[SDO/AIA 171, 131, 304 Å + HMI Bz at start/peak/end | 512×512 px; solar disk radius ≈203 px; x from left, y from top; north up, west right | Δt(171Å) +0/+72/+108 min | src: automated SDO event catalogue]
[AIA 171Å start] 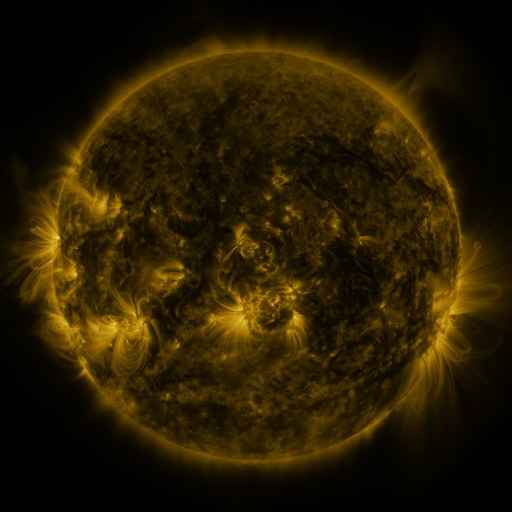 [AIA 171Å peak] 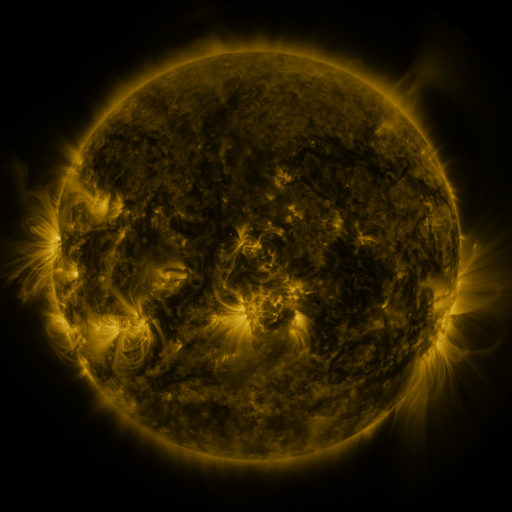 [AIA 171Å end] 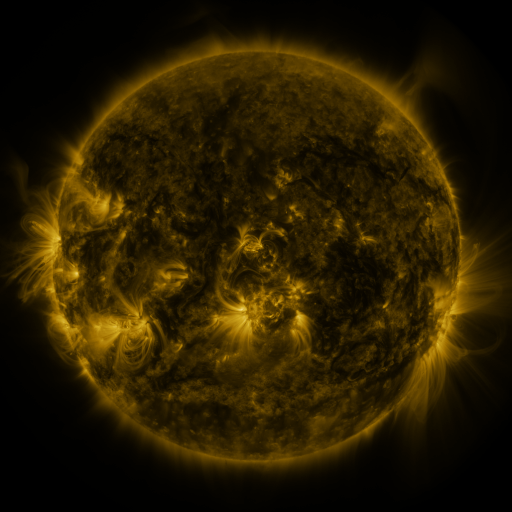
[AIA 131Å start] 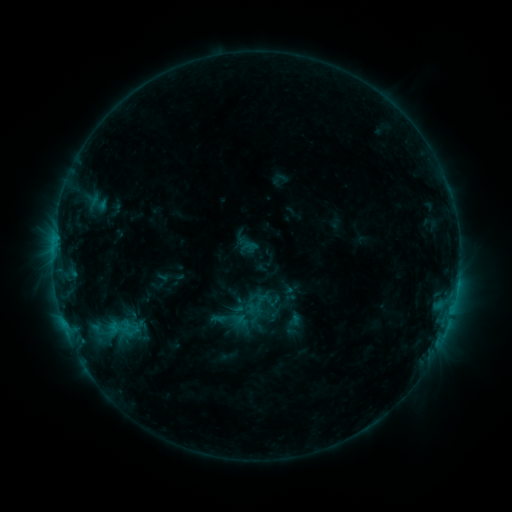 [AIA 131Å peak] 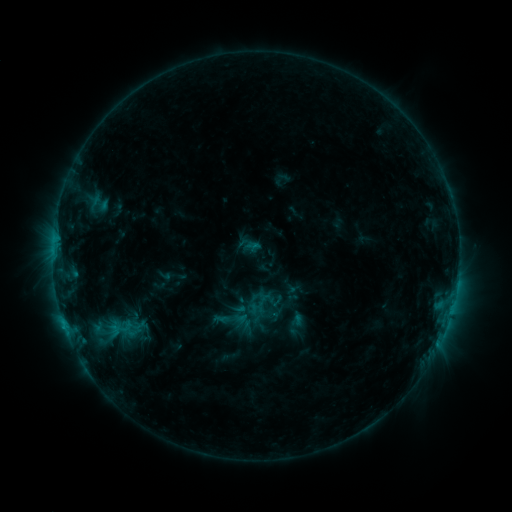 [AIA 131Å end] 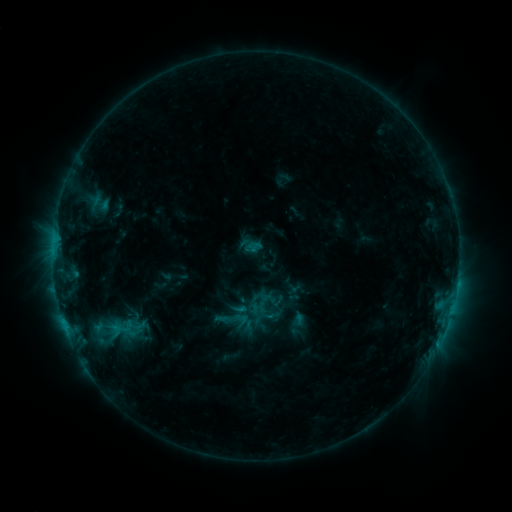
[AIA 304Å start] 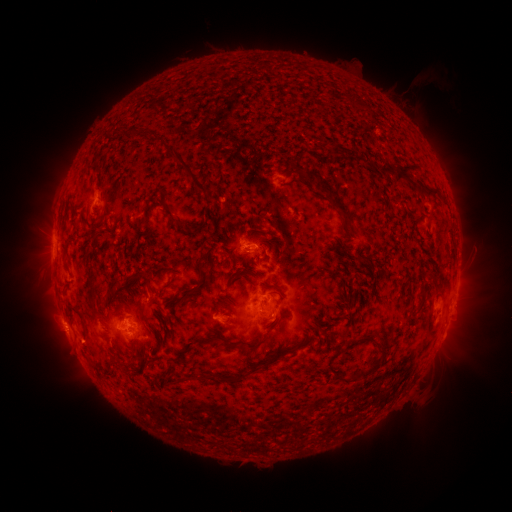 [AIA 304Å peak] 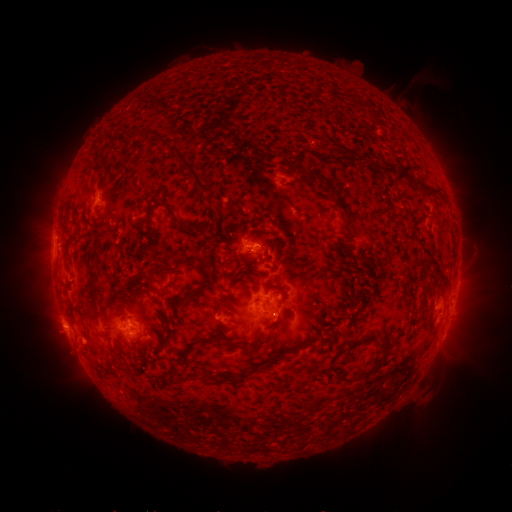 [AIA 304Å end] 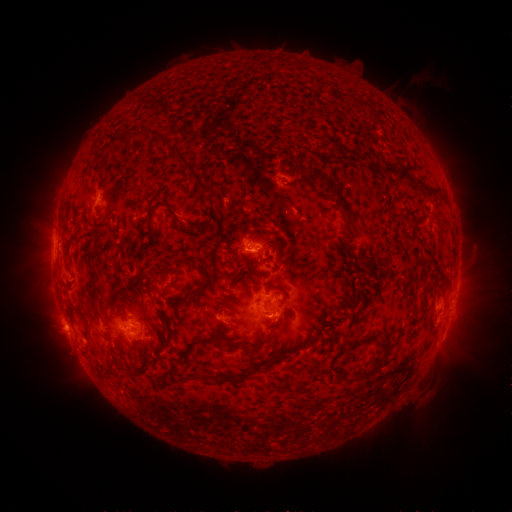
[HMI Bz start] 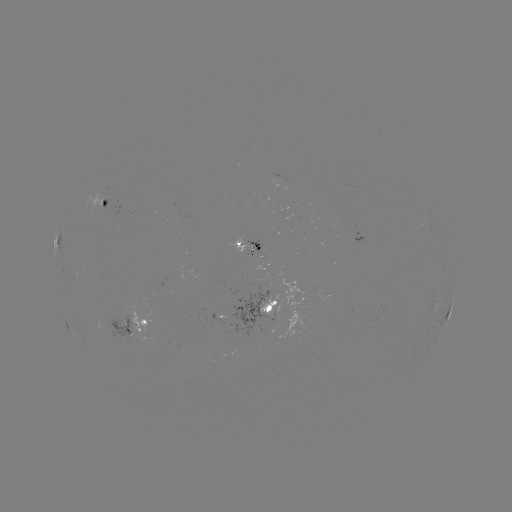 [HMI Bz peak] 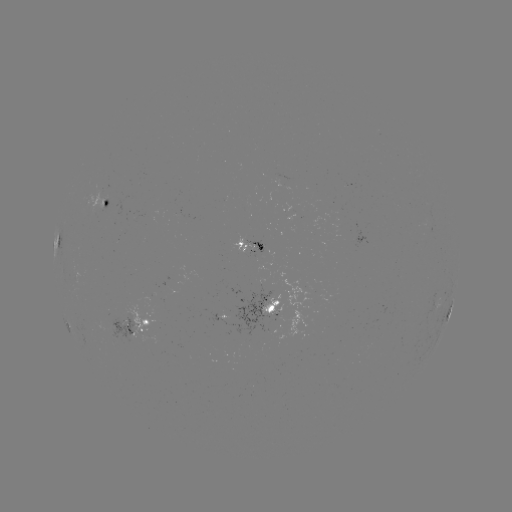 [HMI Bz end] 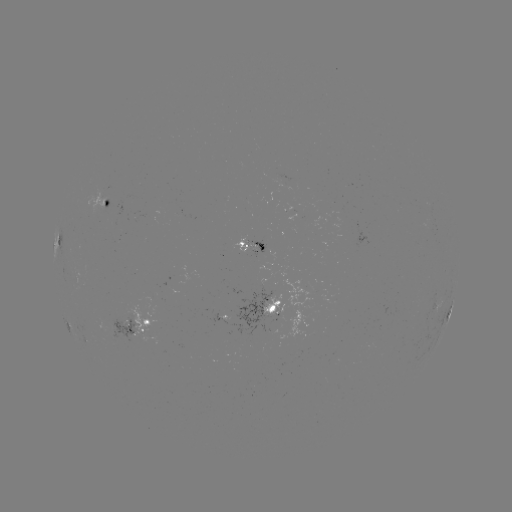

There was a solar emerging-flux region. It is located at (181, 217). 